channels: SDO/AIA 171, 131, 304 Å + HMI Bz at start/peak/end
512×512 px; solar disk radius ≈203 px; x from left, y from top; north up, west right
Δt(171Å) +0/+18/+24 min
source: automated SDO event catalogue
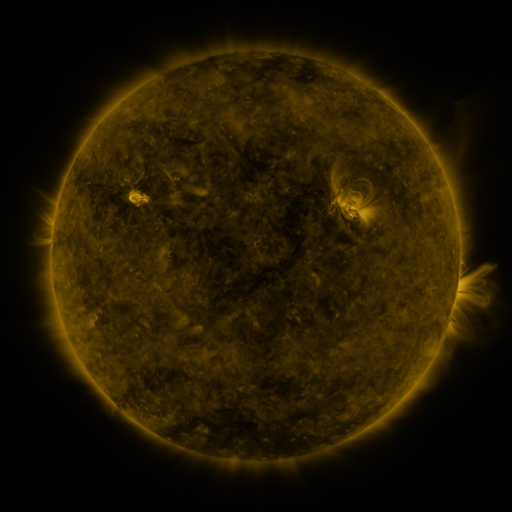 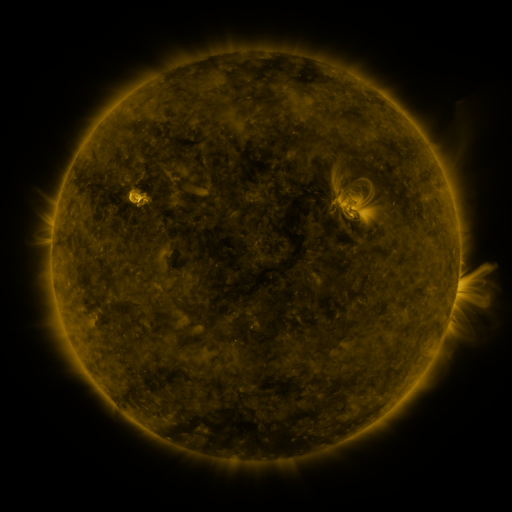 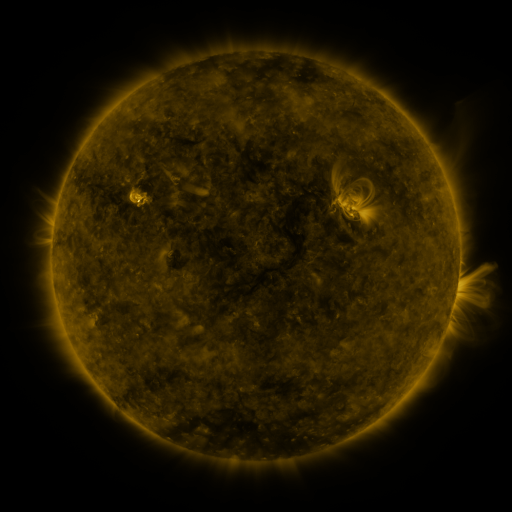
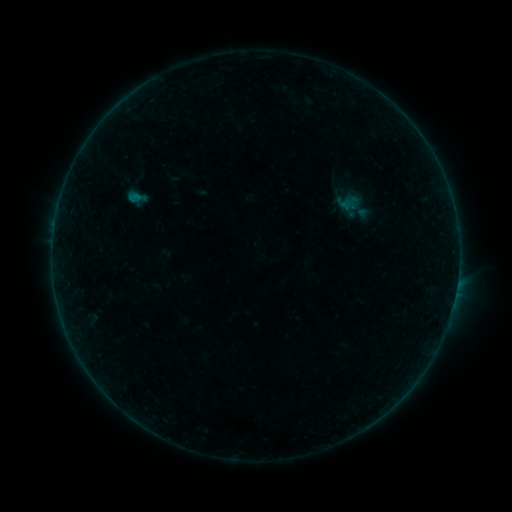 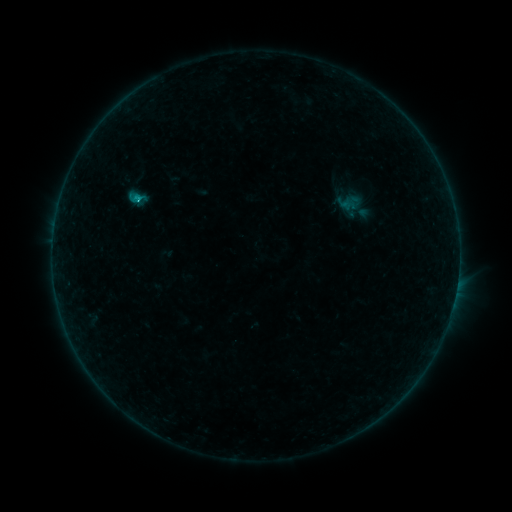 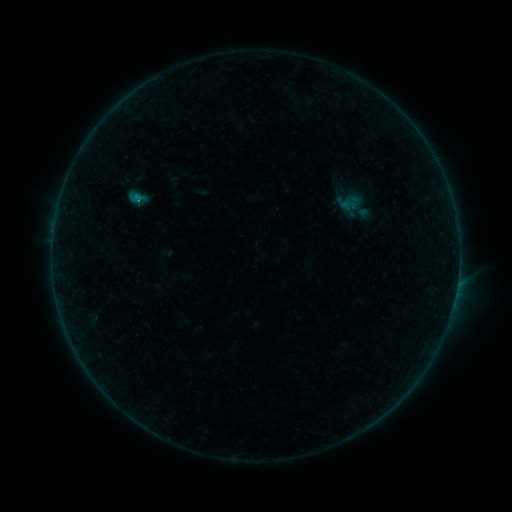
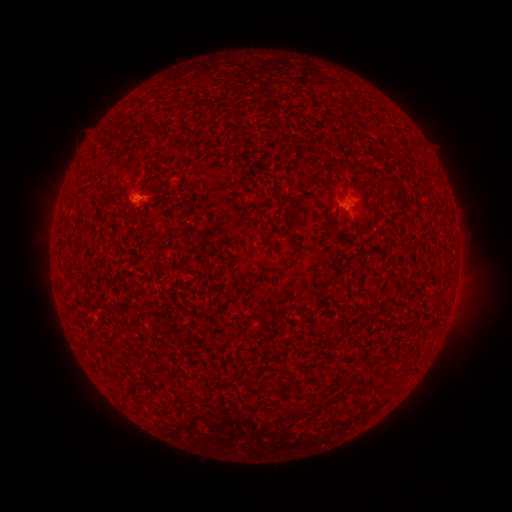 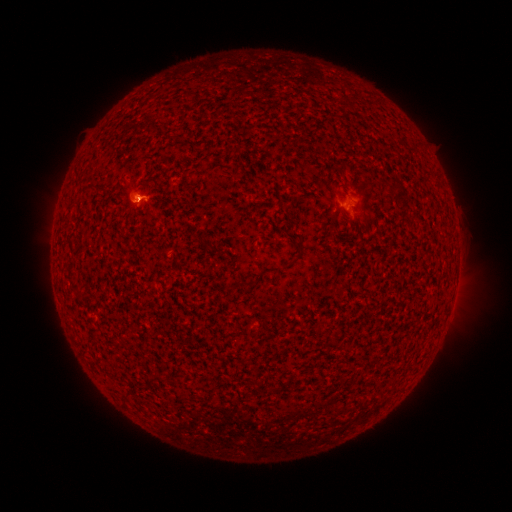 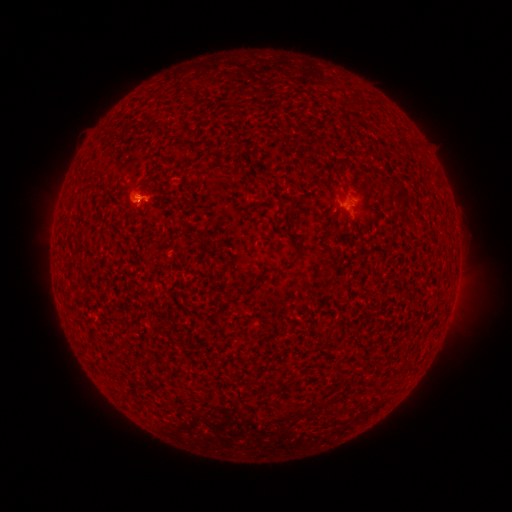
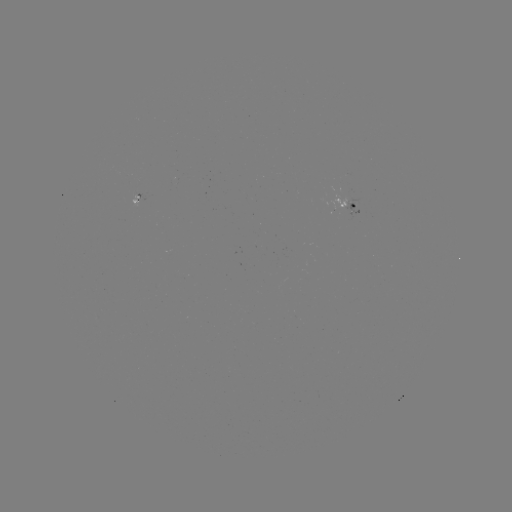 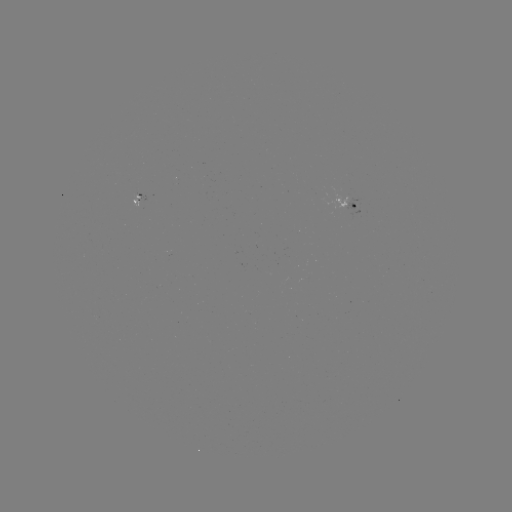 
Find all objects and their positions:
B4.7 flare: (139, 199)
